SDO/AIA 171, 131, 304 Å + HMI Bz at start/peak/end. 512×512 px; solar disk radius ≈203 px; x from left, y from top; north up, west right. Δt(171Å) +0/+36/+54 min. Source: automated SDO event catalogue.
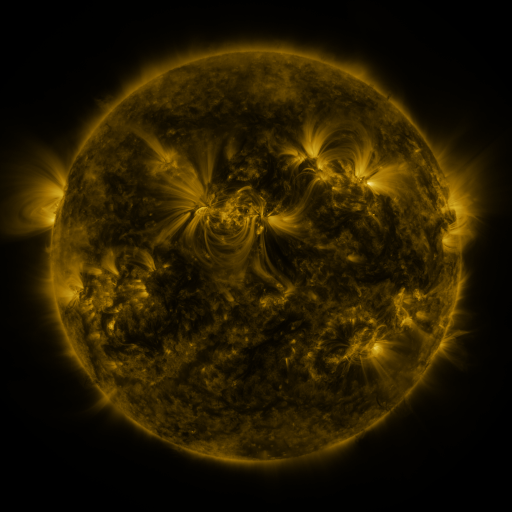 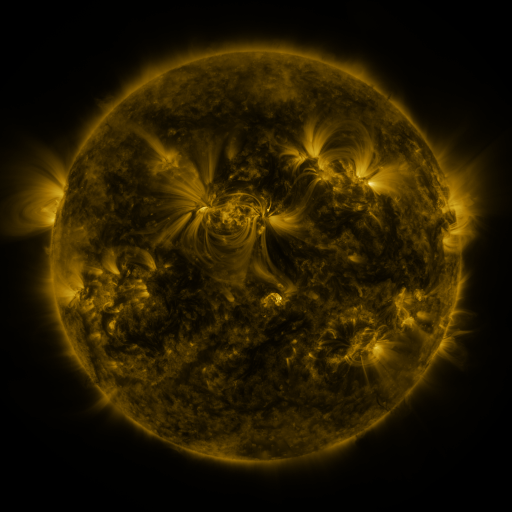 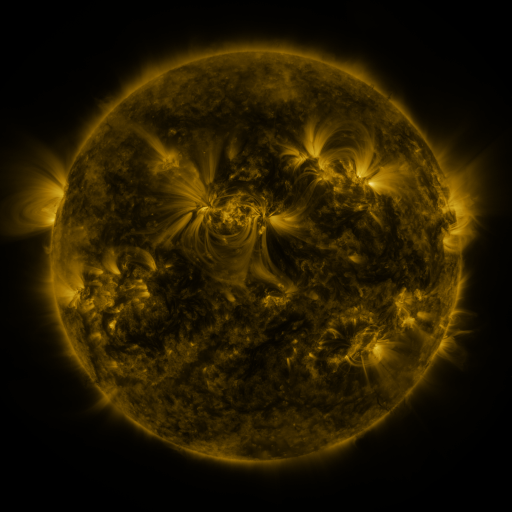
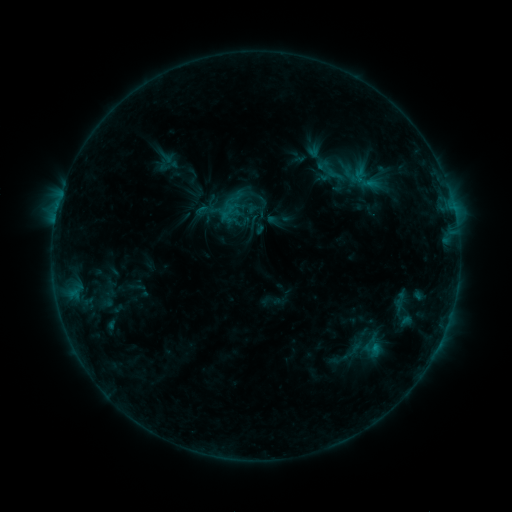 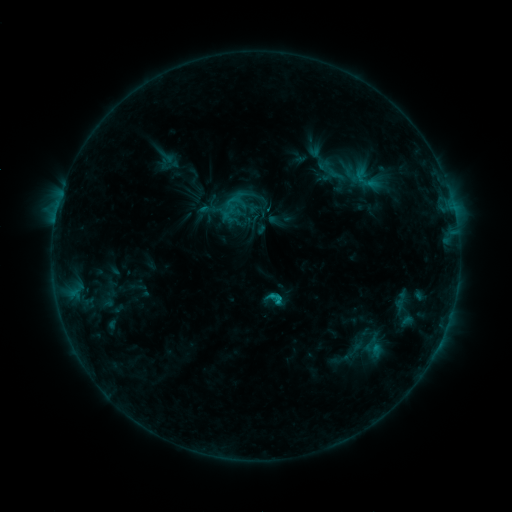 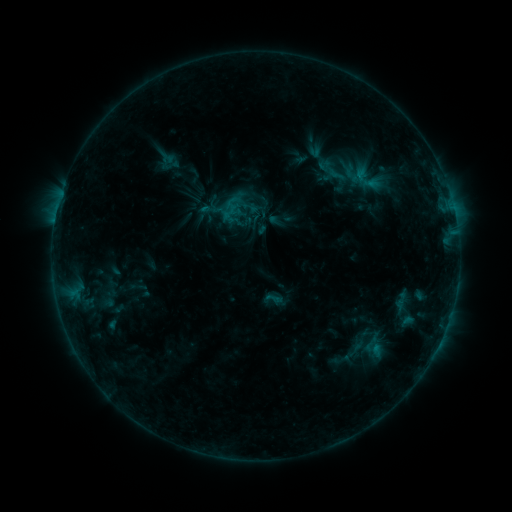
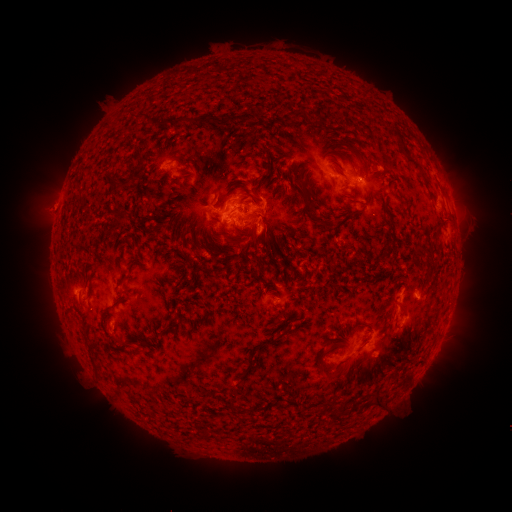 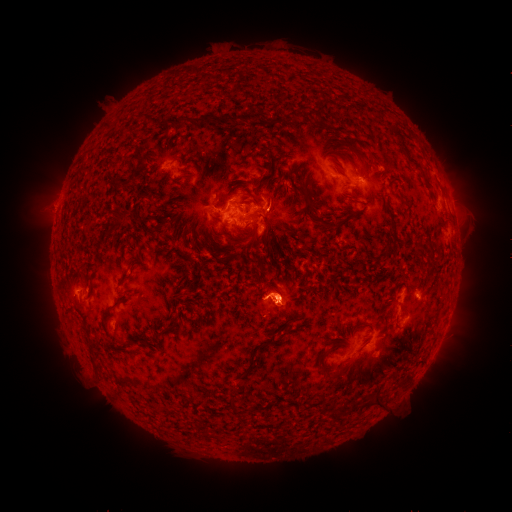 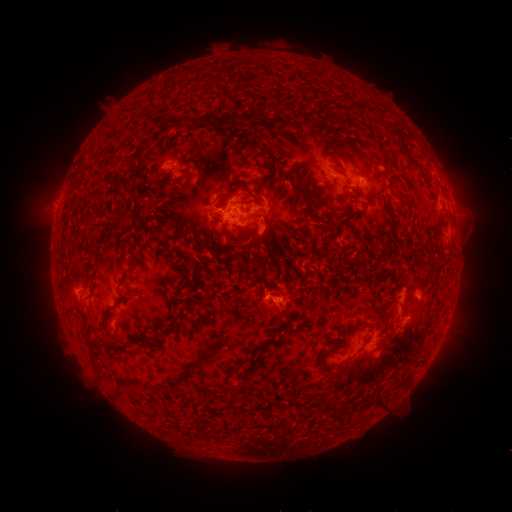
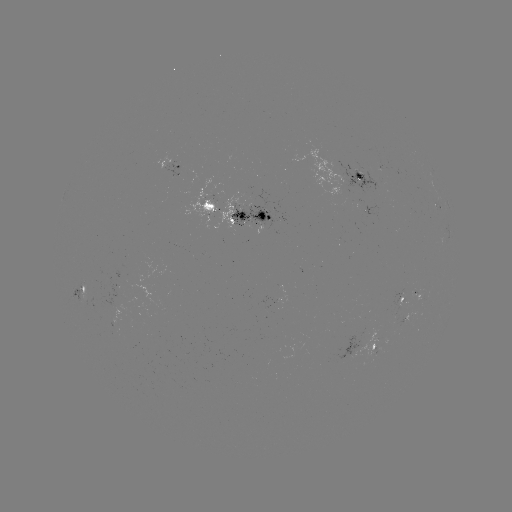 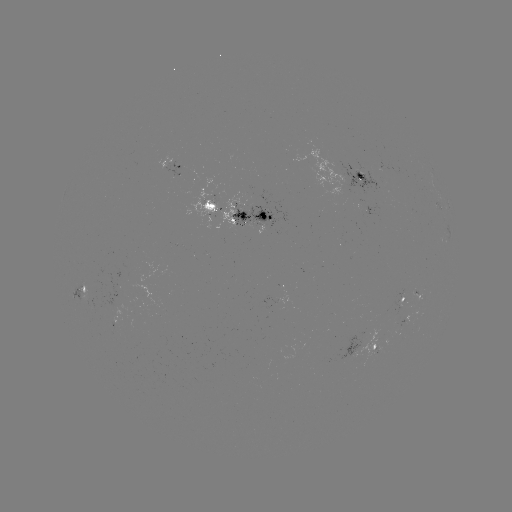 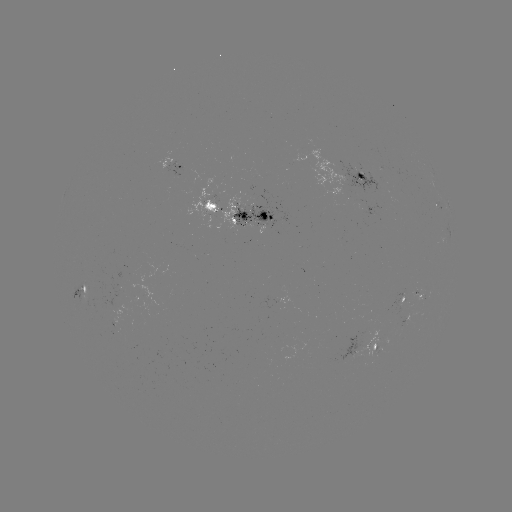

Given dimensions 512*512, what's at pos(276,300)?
C1.5 flare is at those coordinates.